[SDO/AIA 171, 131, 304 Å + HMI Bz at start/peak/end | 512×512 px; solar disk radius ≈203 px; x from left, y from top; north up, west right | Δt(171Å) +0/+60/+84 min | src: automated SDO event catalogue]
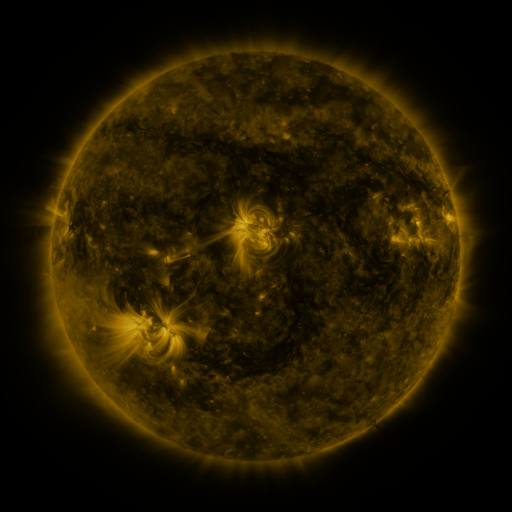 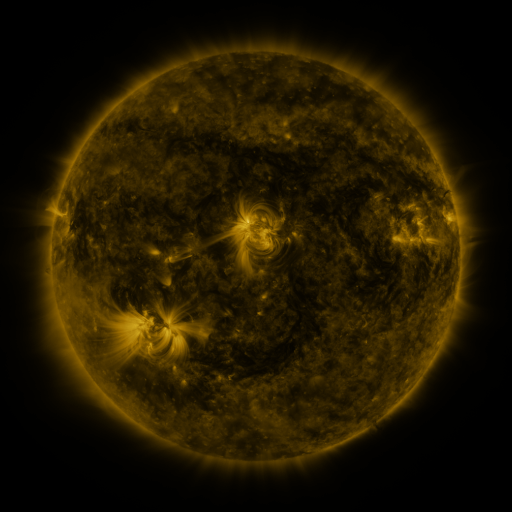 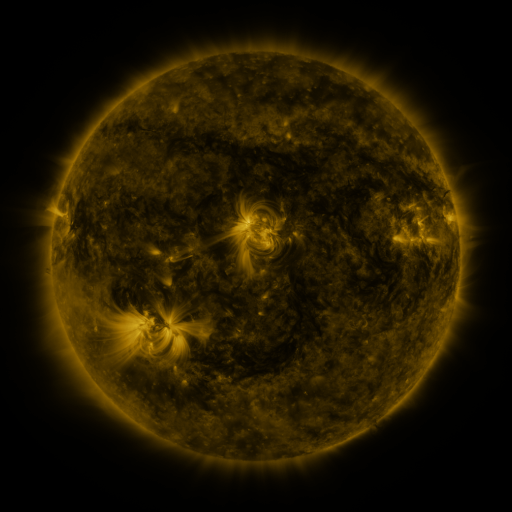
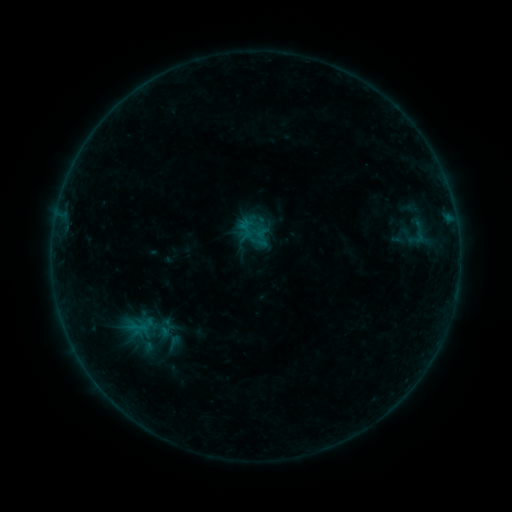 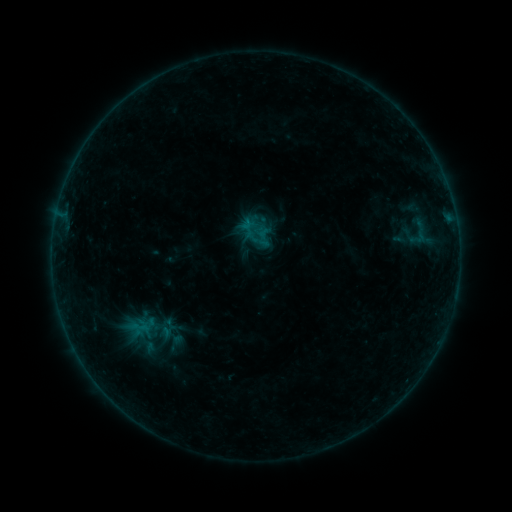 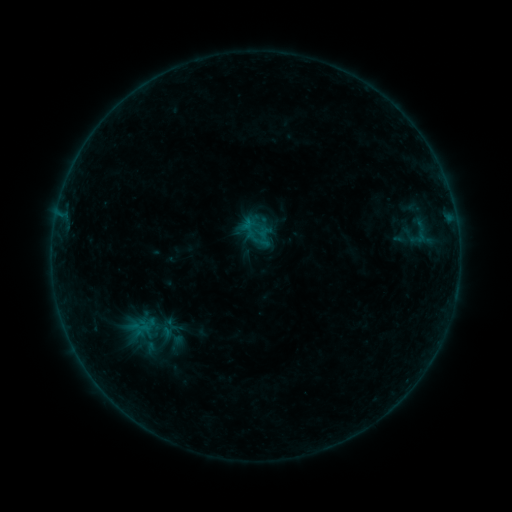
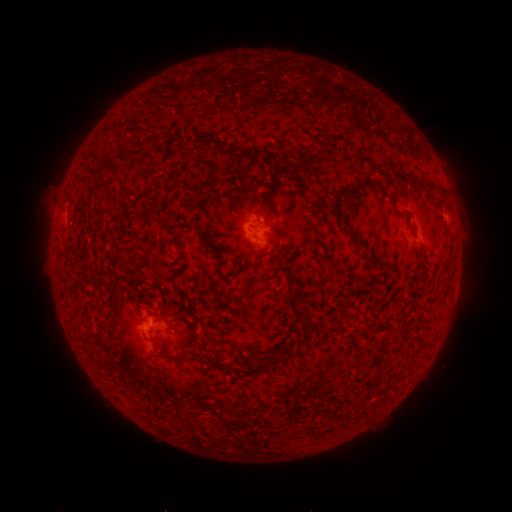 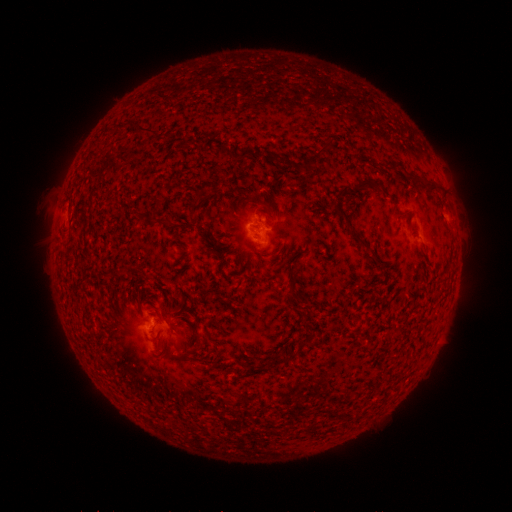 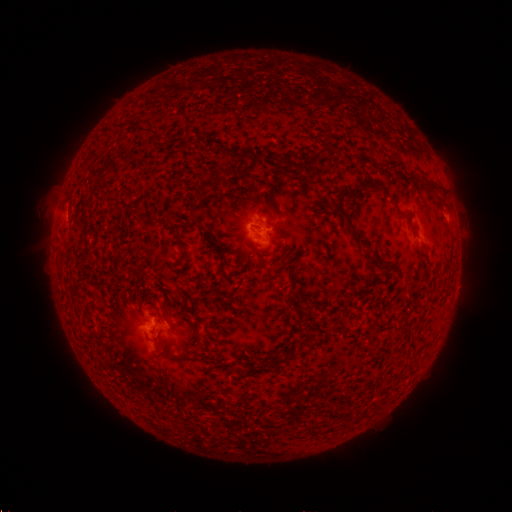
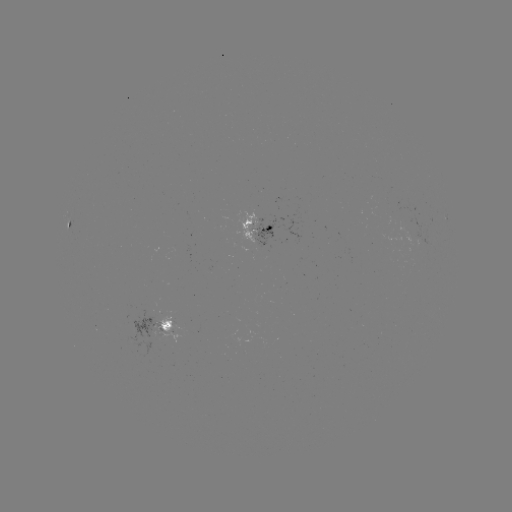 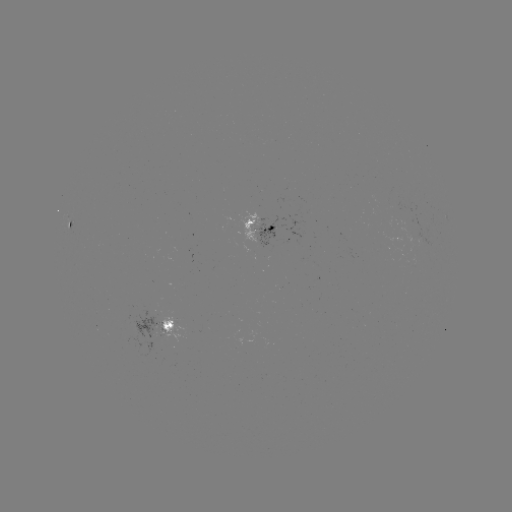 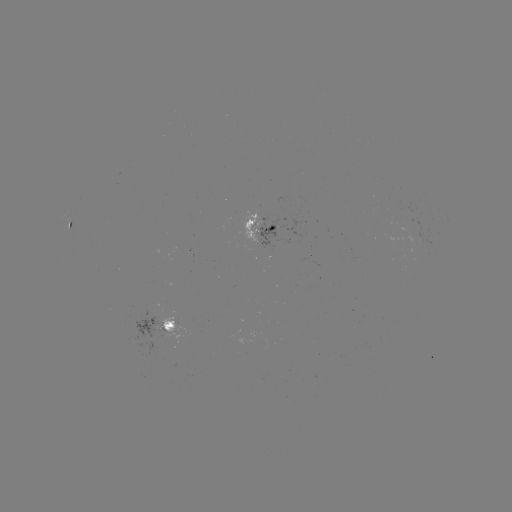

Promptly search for emerging-flux region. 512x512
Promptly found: (405, 218).